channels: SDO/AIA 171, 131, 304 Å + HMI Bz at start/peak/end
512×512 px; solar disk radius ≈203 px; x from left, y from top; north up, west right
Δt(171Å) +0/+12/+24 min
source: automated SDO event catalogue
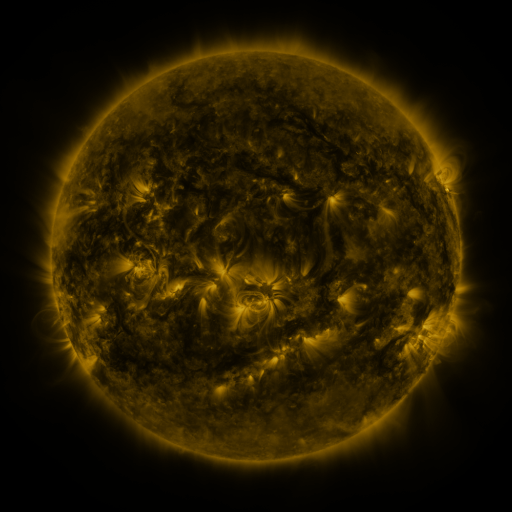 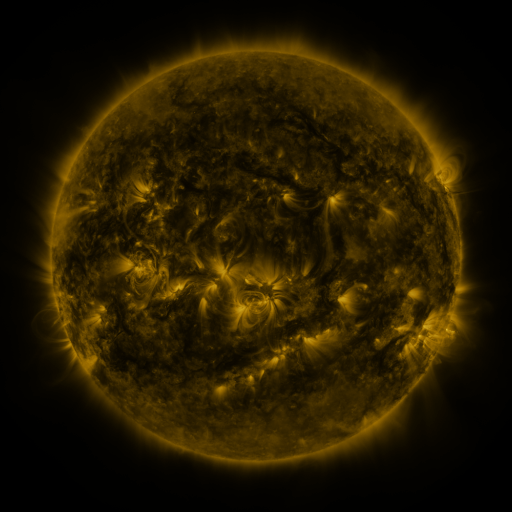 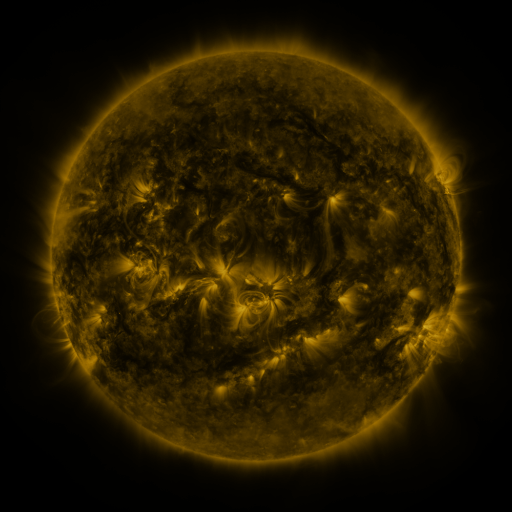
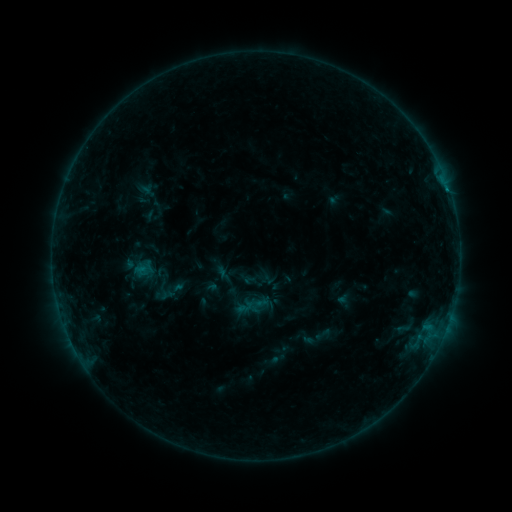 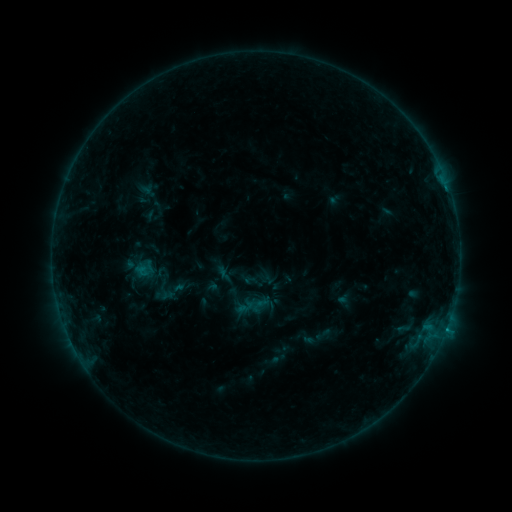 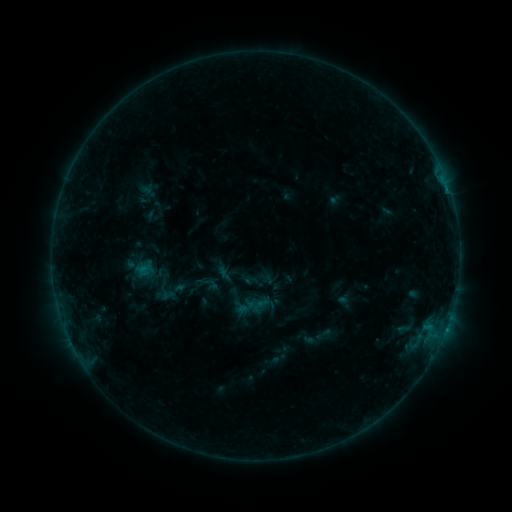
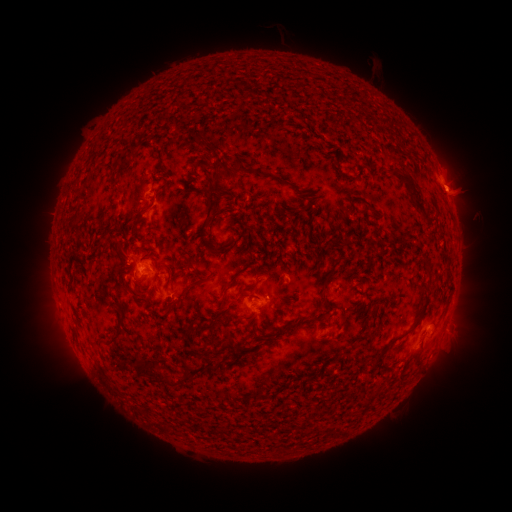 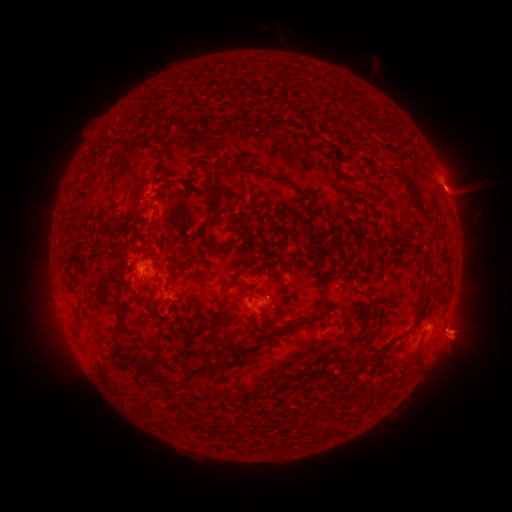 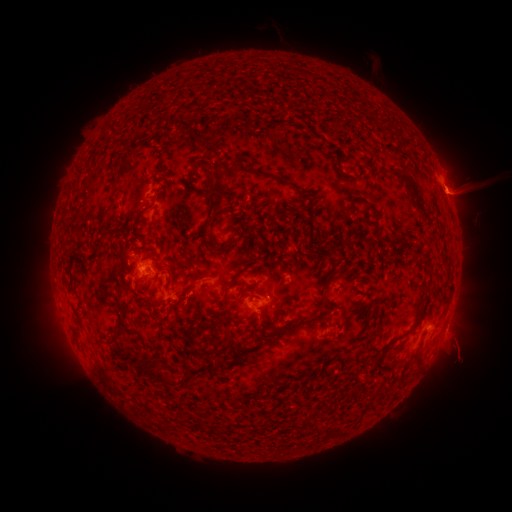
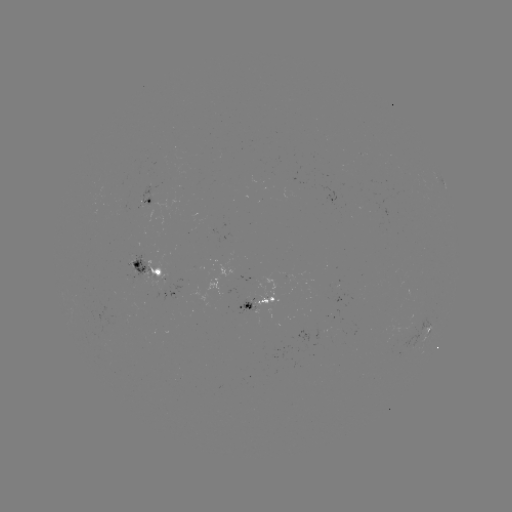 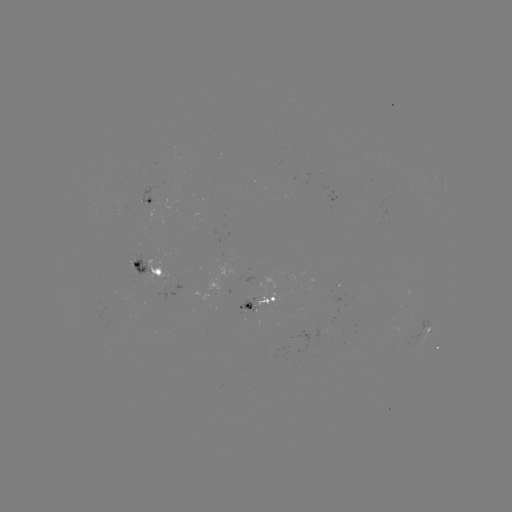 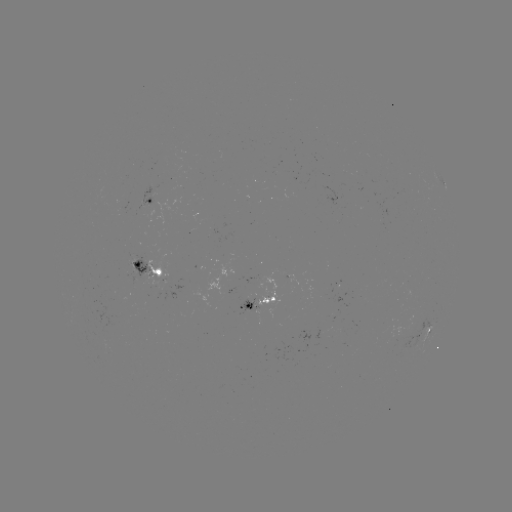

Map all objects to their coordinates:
eruption: (462, 337)
